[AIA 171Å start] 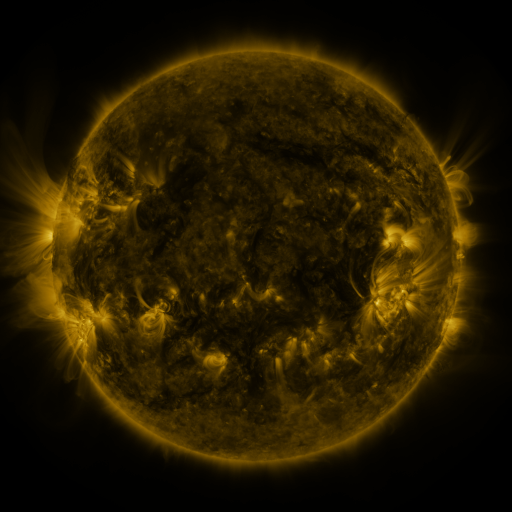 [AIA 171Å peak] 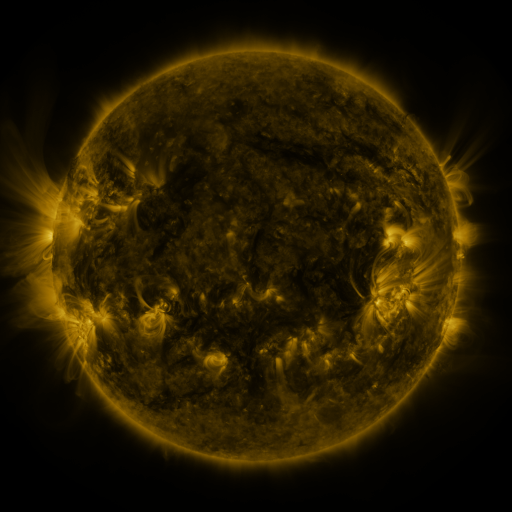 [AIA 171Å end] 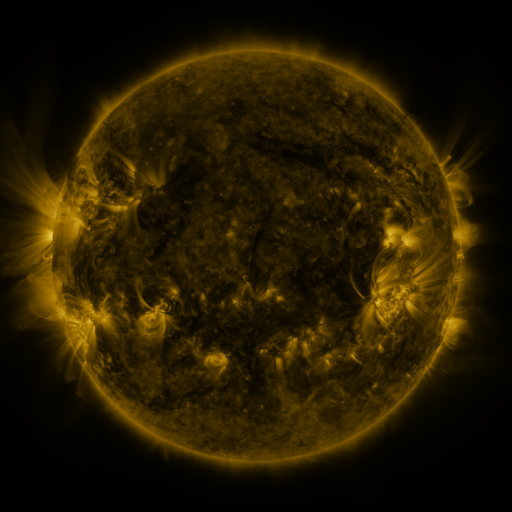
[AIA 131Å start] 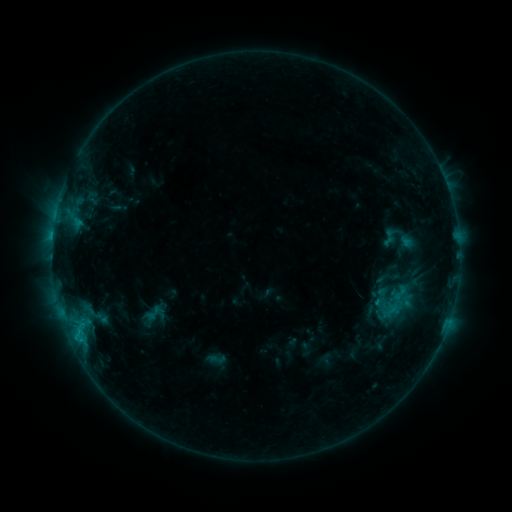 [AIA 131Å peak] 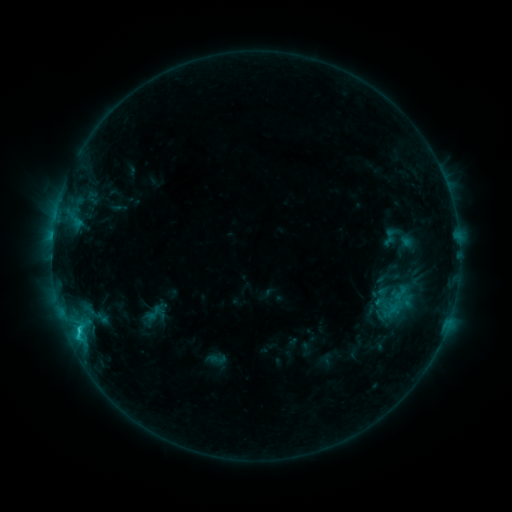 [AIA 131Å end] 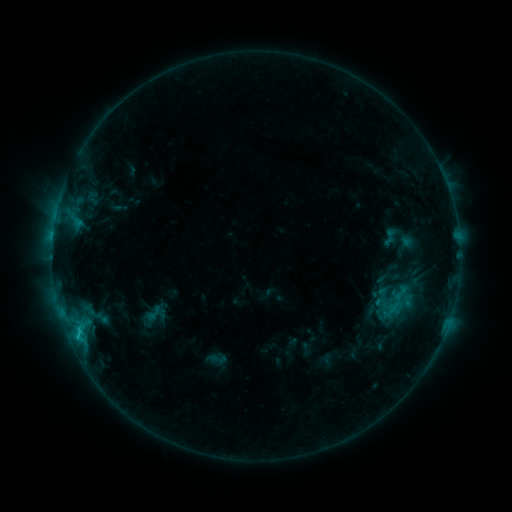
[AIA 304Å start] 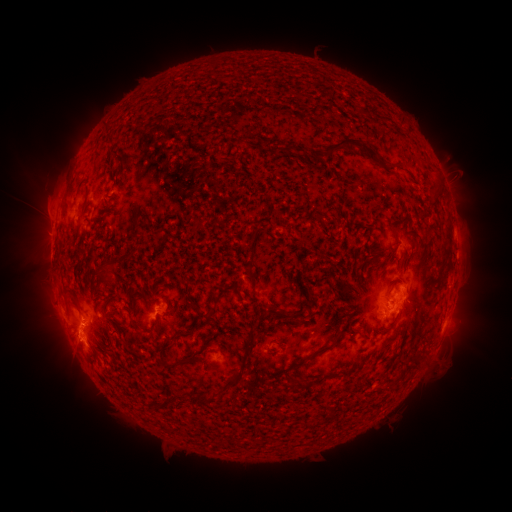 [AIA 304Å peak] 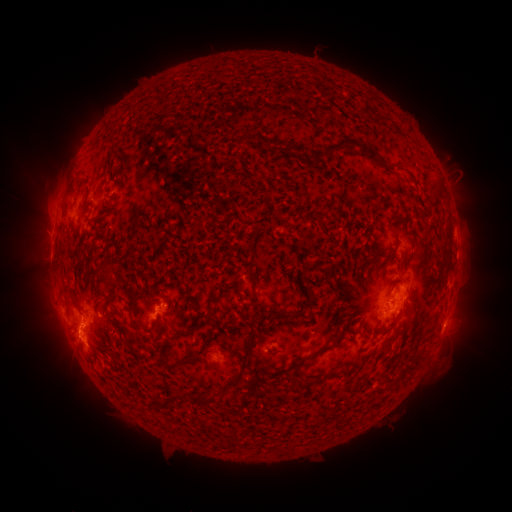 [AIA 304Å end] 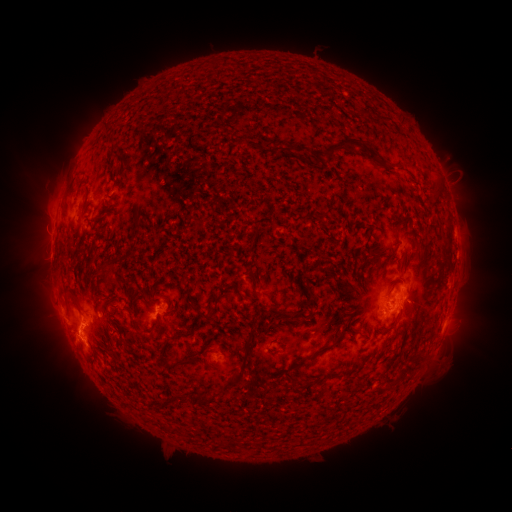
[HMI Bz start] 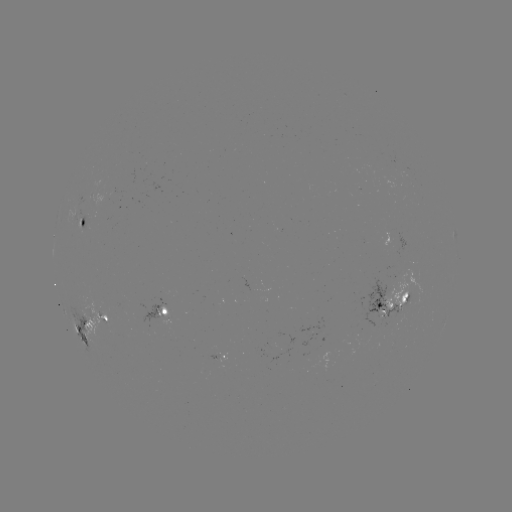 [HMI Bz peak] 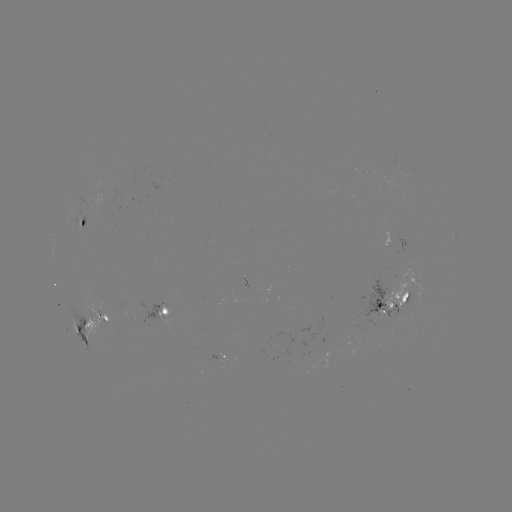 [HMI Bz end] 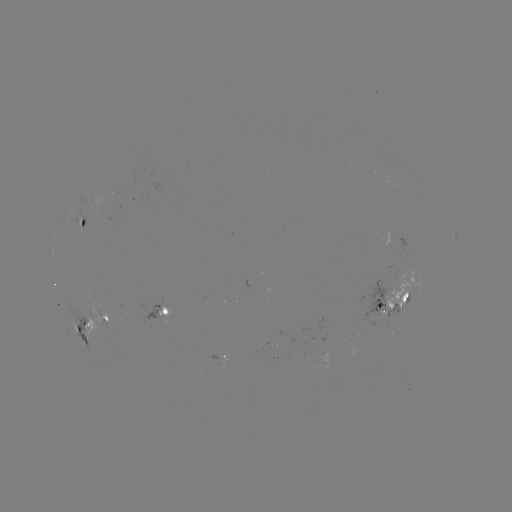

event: flare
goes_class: C2.0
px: (79, 329)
